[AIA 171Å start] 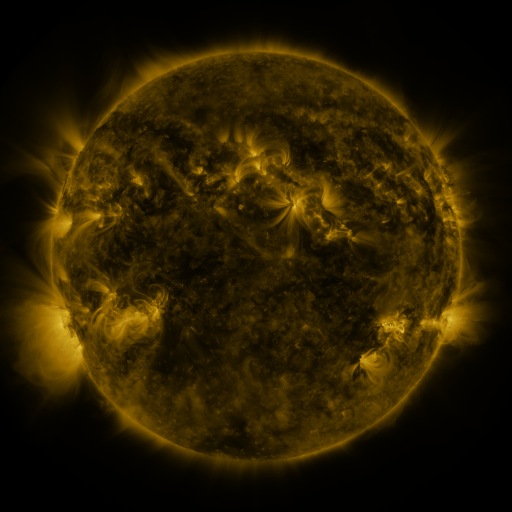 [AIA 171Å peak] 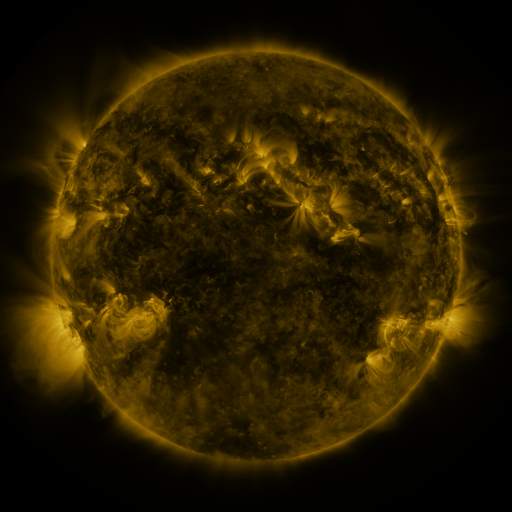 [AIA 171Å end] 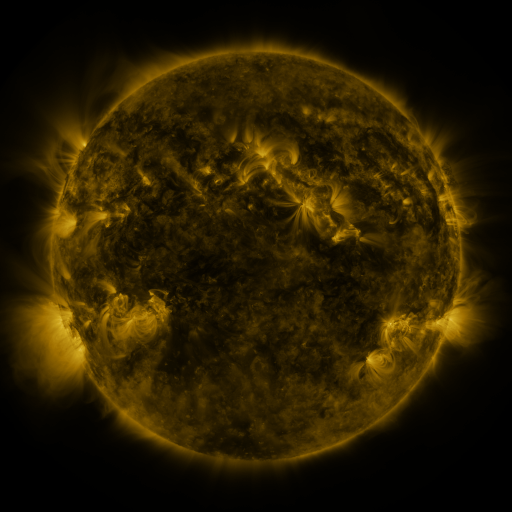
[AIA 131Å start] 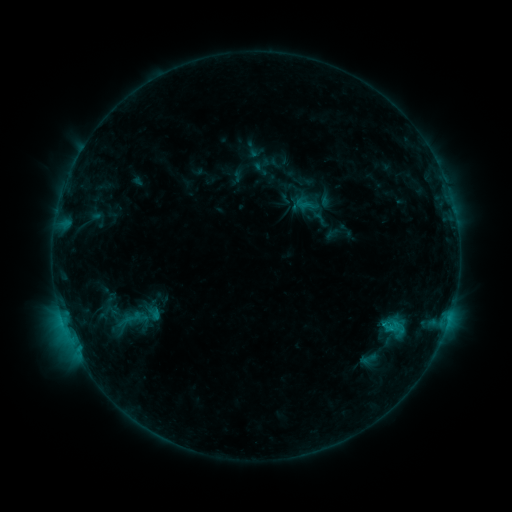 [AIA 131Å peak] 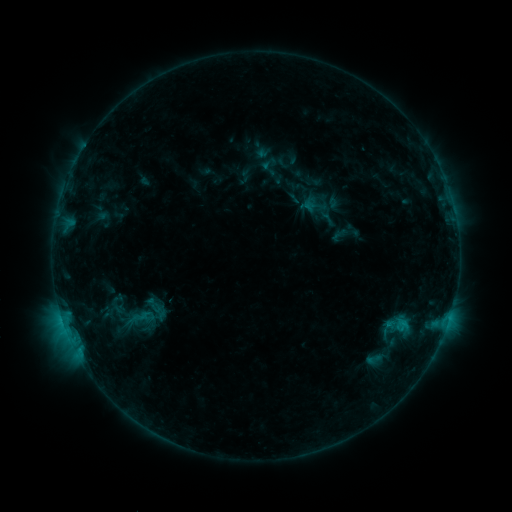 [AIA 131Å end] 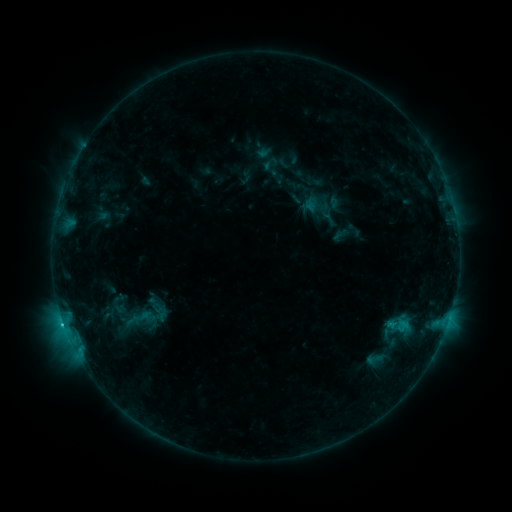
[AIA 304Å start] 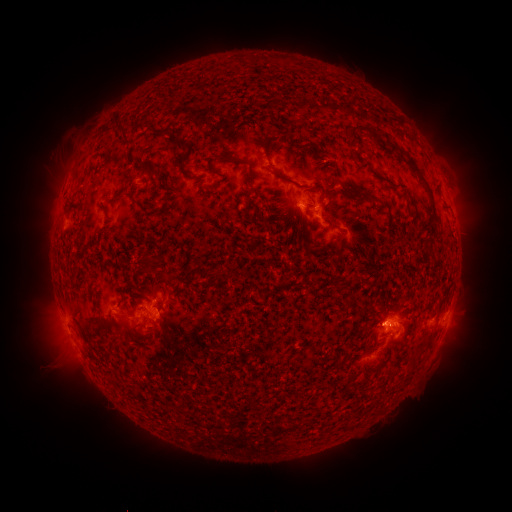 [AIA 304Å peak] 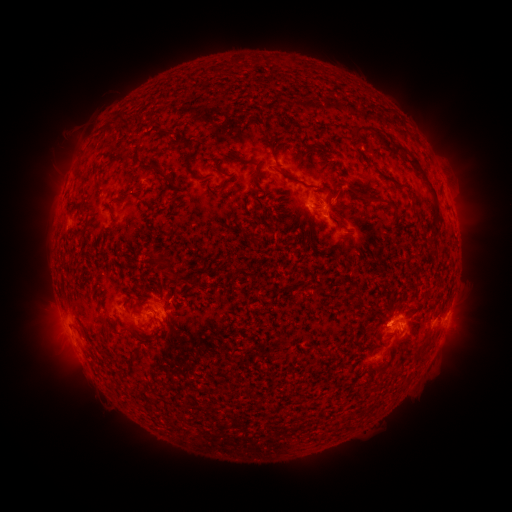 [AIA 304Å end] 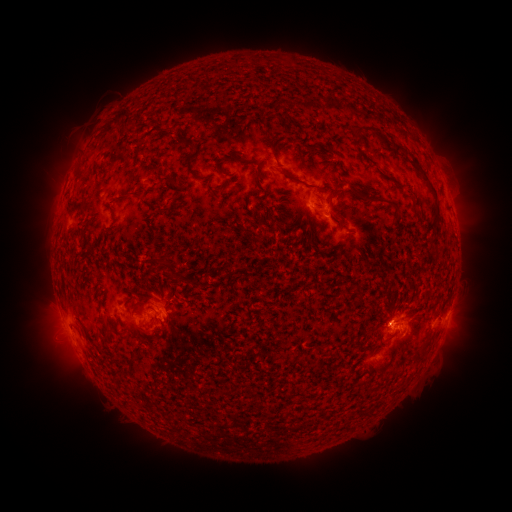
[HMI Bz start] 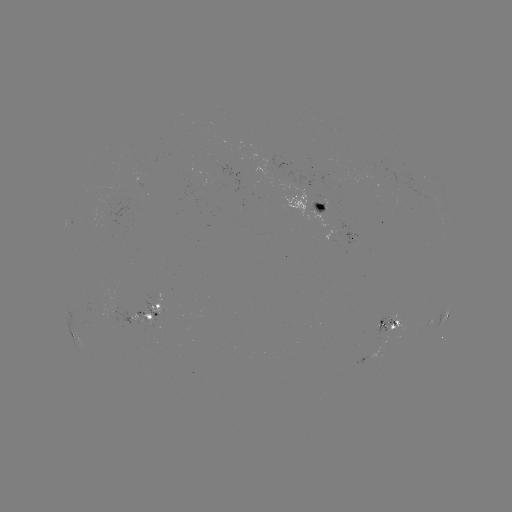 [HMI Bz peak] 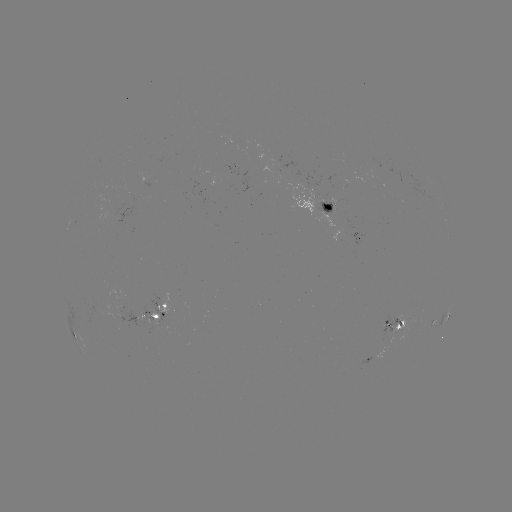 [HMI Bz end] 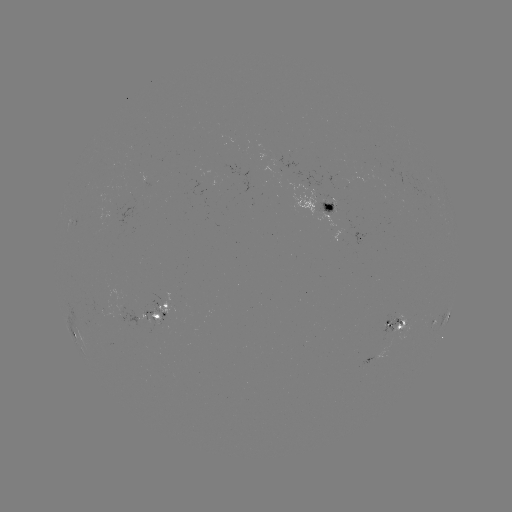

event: emerging-flux region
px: (322, 206)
